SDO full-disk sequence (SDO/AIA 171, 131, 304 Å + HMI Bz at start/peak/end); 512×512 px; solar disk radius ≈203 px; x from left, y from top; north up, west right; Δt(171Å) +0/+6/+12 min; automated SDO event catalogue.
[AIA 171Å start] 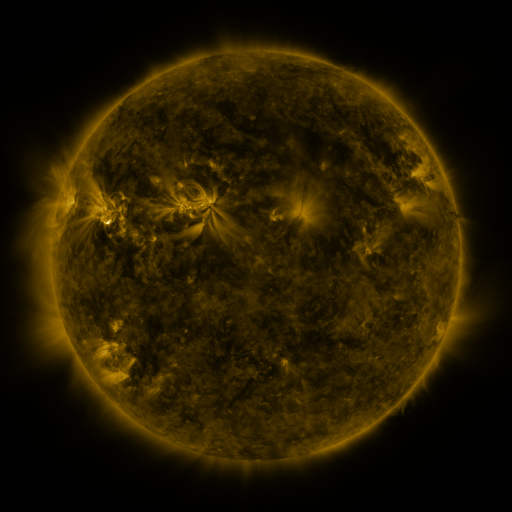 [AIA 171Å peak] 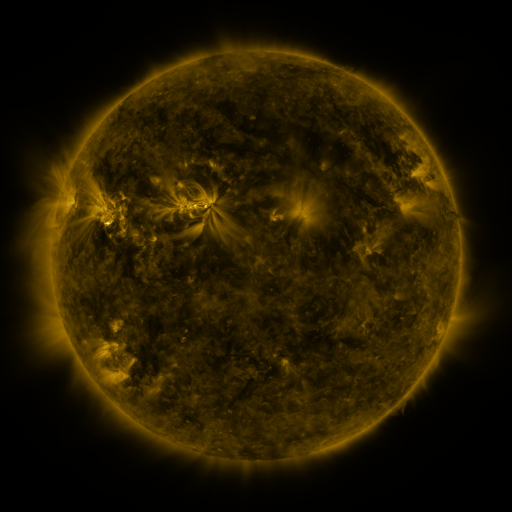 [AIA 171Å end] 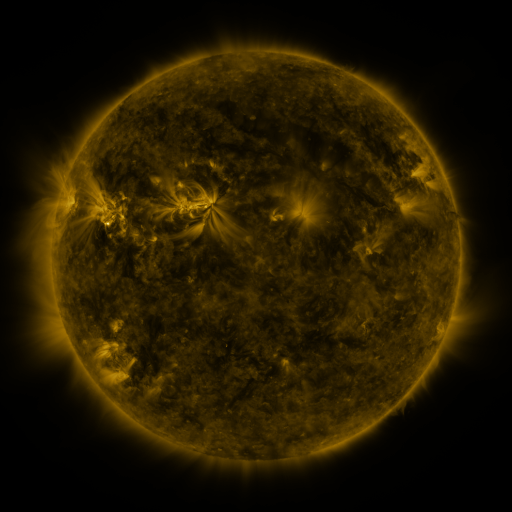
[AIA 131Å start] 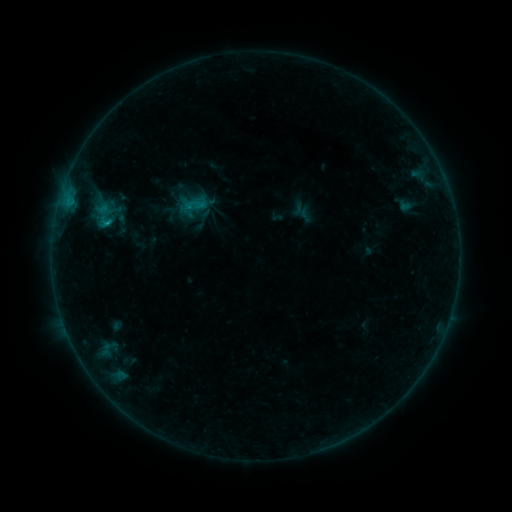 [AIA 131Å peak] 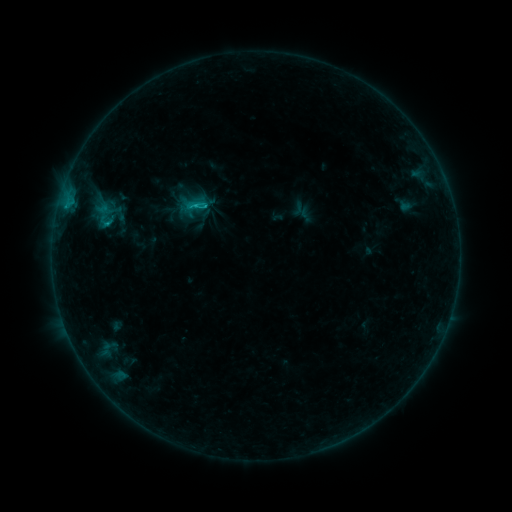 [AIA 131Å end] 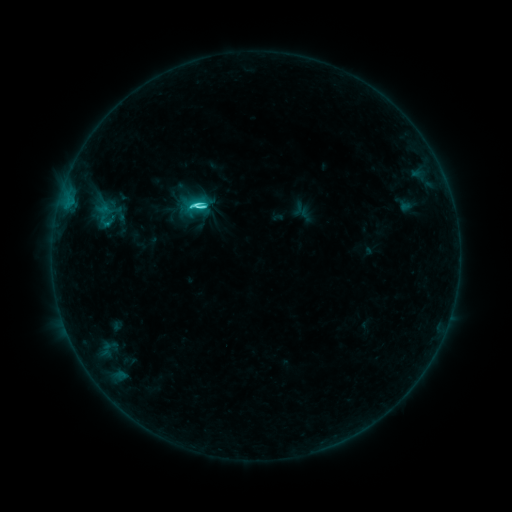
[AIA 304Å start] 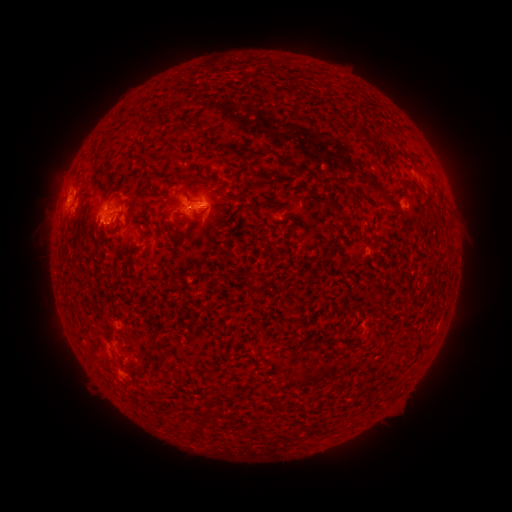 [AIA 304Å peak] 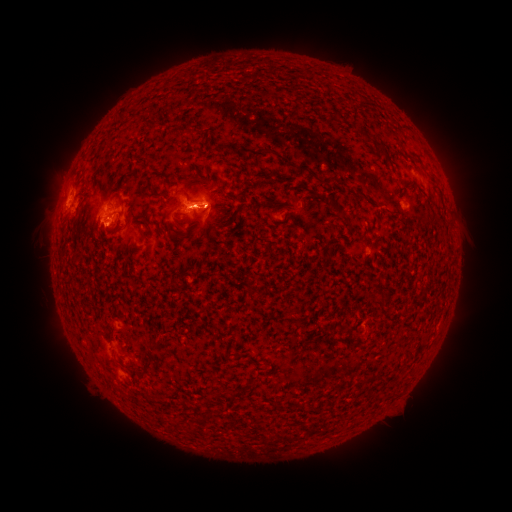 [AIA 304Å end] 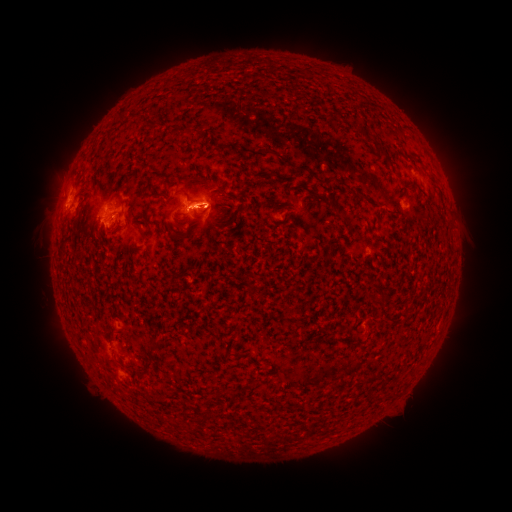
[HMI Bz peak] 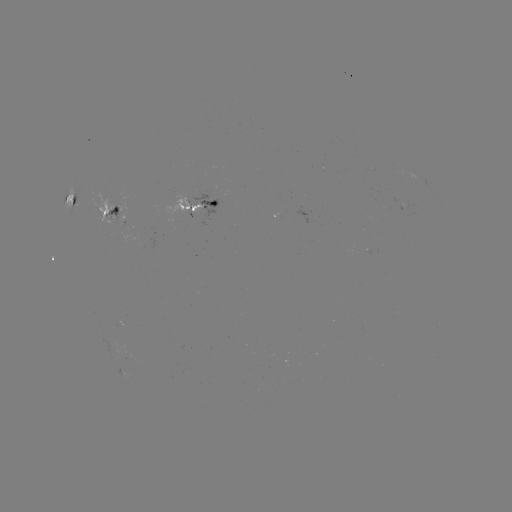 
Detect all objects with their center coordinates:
C4.1 flare: (68, 209)
